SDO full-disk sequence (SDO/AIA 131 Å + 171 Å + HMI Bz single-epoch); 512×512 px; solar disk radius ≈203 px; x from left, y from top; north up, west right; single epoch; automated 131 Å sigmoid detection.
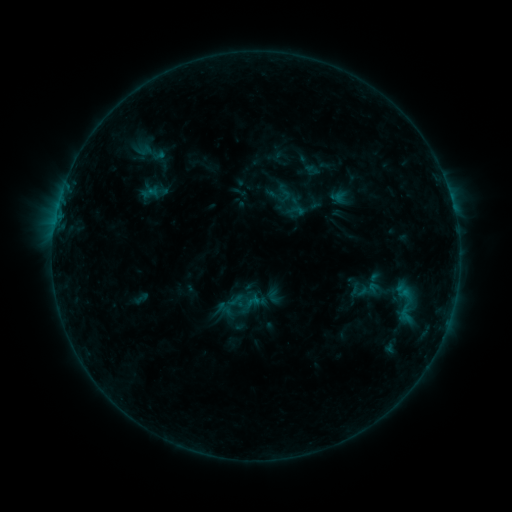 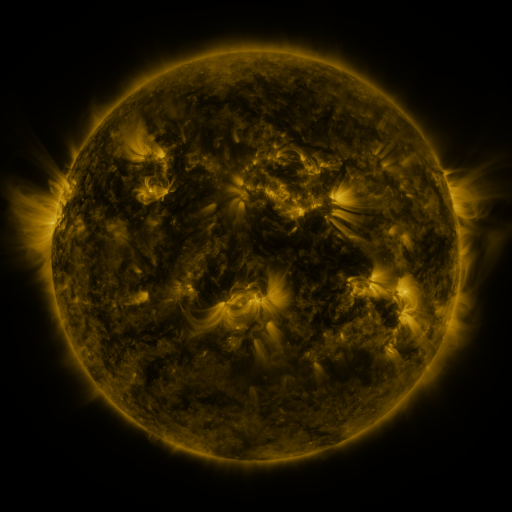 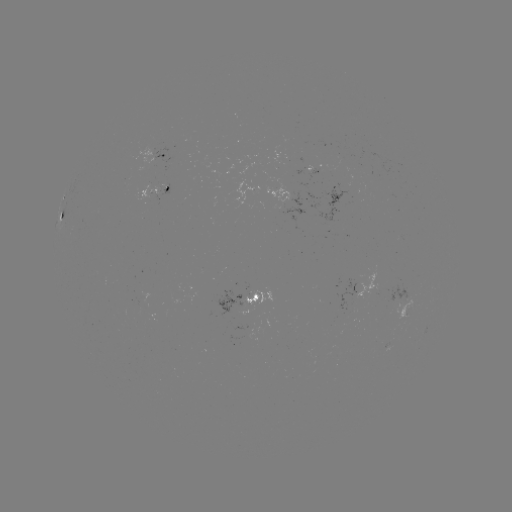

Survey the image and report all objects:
sigmoid: (137, 137, 166, 166)
sigmoid: (380, 272, 430, 334)
